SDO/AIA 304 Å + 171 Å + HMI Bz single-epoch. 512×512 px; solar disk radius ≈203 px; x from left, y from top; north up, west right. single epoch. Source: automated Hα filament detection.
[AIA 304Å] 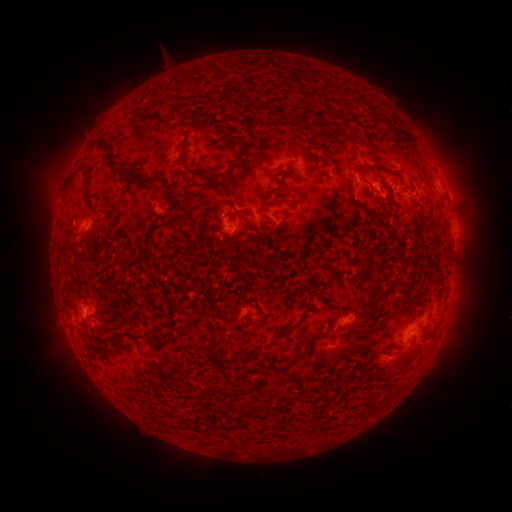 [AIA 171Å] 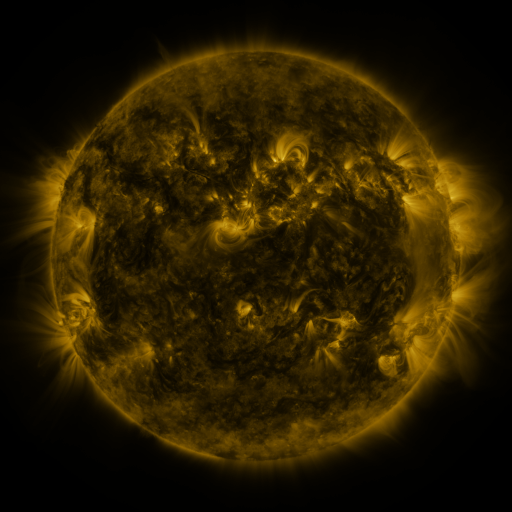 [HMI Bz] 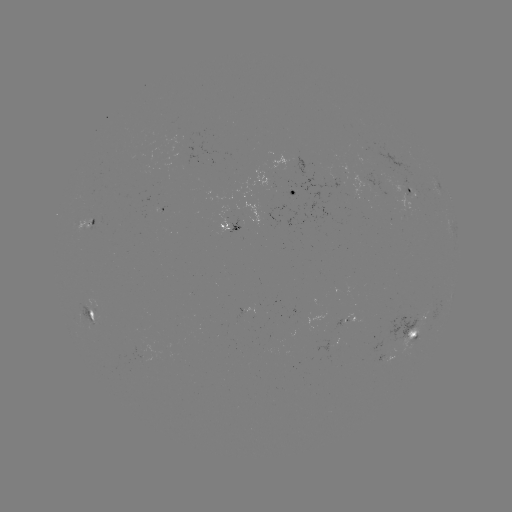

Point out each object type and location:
filament: (346, 97, 363, 113)
filament: (256, 107, 266, 118)
filament: (387, 122, 416, 151)
filament: (328, 131, 338, 138)
filament: (222, 133, 249, 193)
filament: (96, 138, 155, 185)
filament: (360, 141, 373, 153)
filament: (177, 150, 225, 188)
filament: (253, 152, 262, 167)
filament: (411, 157, 426, 175)
filament: (287, 161, 294, 175)
filament: (77, 162, 86, 172)
filament: (268, 172, 276, 183)
filament: (333, 173, 343, 181)
filament: (277, 180, 286, 191)
filament: (343, 181, 389, 222)
filament: (163, 184, 176, 215)
filament: (259, 190, 269, 198)
filament: (326, 209, 336, 219)
filament: (173, 214, 197, 224)
filament: (343, 217, 354, 226)
filament: (271, 244, 293, 257)
filament: (122, 245, 148, 266)
filament: (257, 251, 276, 266)
filament: (362, 255, 373, 278)
filament: (315, 267, 335, 281)
filament: (205, 289, 216, 313)
filament: (370, 291, 383, 312)
filament: (285, 294, 293, 307)
filament: (273, 322, 300, 343)
filament: (362, 328, 373, 335)
filament: (134, 339, 144, 362)
filament: (332, 345, 347, 354)
filament: (296, 347, 311, 360)
filament: (213, 349, 231, 383)
filament: (244, 349, 262, 359)
filament: (248, 379, 256, 388)
filament: (206, 382, 222, 394)
filament: (237, 400, 261, 415)
